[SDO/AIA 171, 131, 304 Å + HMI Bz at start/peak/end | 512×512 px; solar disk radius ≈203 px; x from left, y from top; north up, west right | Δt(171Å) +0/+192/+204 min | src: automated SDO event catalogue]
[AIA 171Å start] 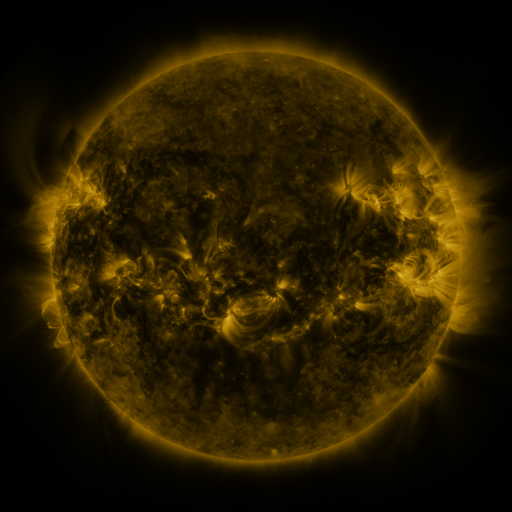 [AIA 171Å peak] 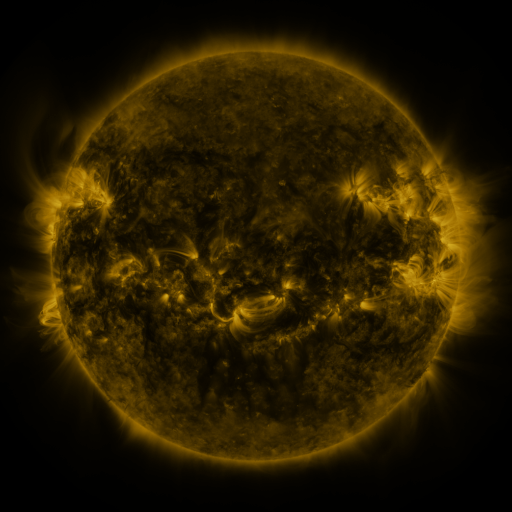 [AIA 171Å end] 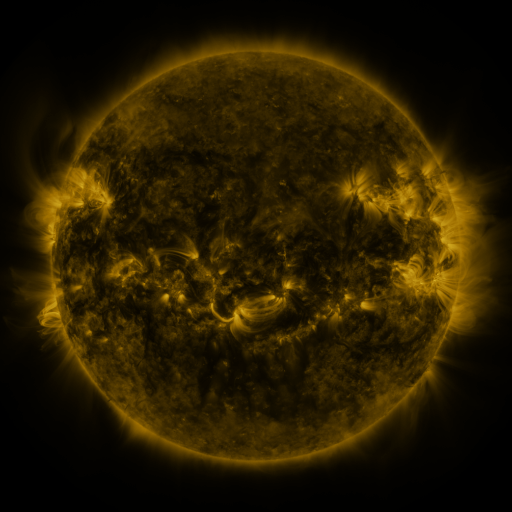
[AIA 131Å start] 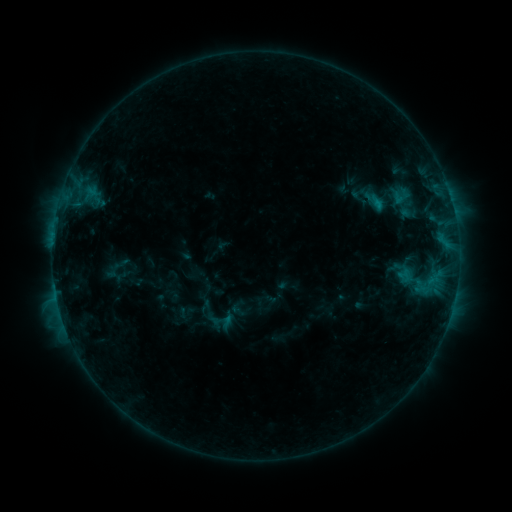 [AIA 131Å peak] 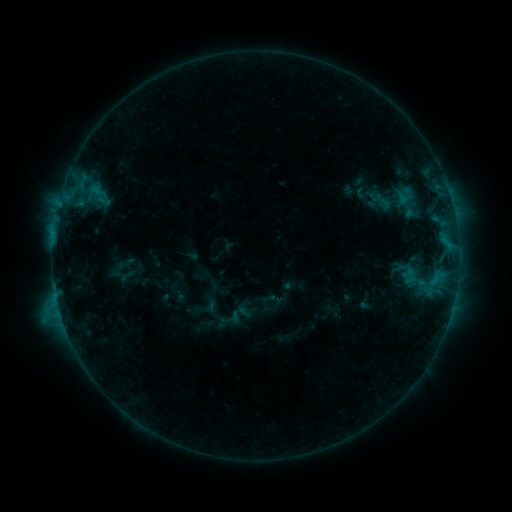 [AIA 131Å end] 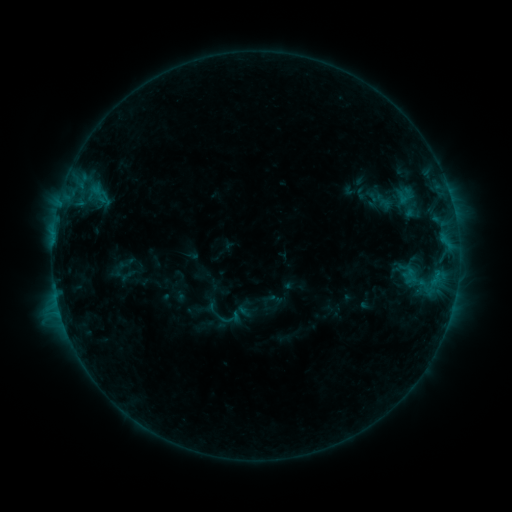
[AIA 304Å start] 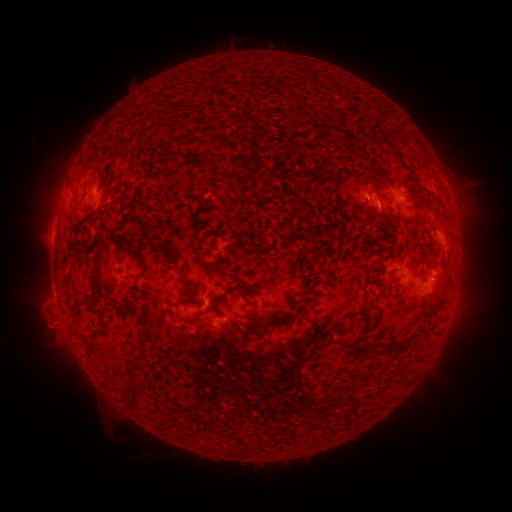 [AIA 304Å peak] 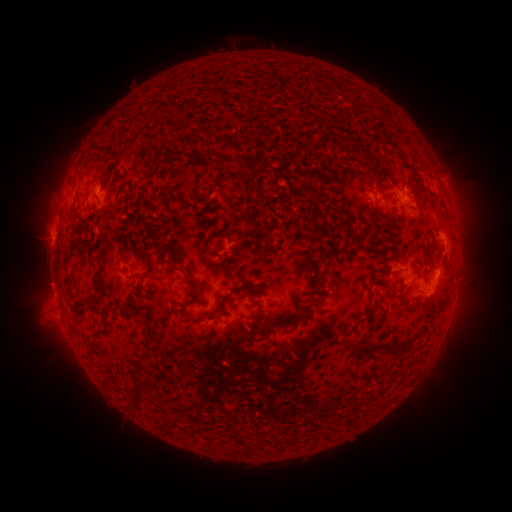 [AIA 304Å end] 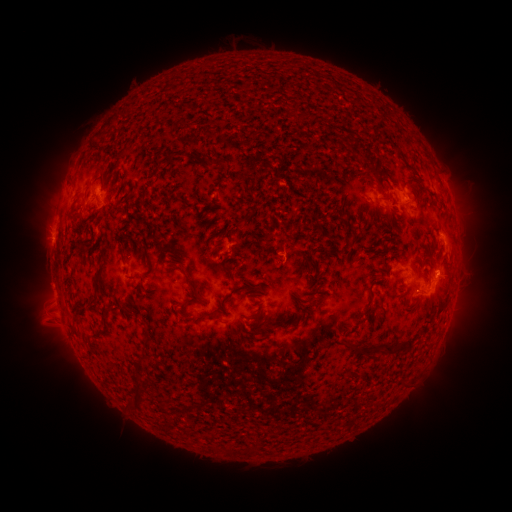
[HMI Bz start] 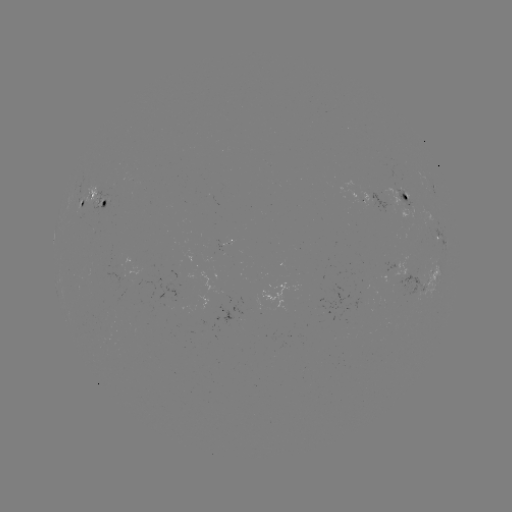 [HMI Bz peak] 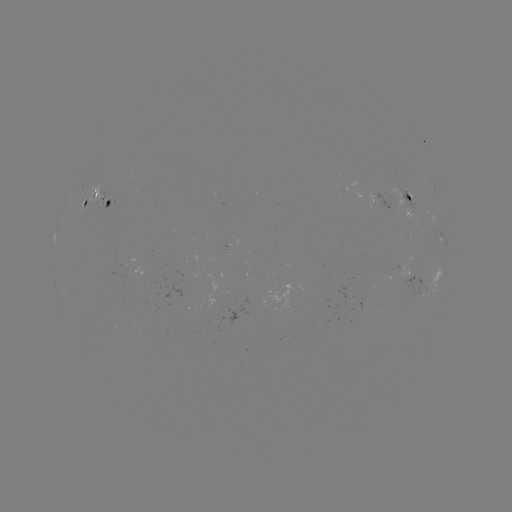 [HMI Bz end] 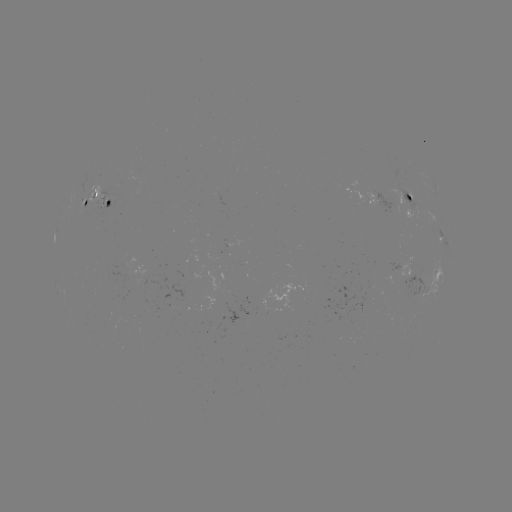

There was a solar emerging-flux region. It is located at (408, 201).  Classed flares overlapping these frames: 1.